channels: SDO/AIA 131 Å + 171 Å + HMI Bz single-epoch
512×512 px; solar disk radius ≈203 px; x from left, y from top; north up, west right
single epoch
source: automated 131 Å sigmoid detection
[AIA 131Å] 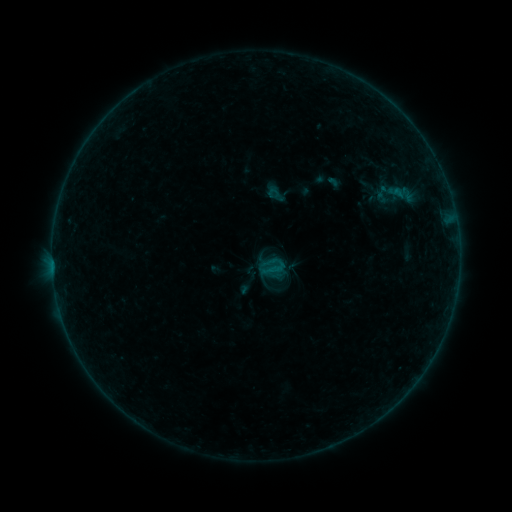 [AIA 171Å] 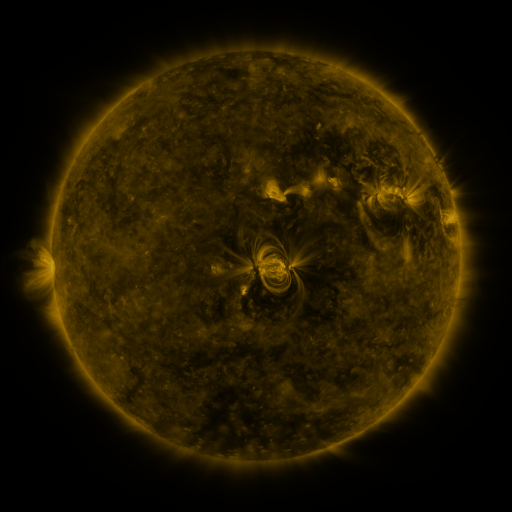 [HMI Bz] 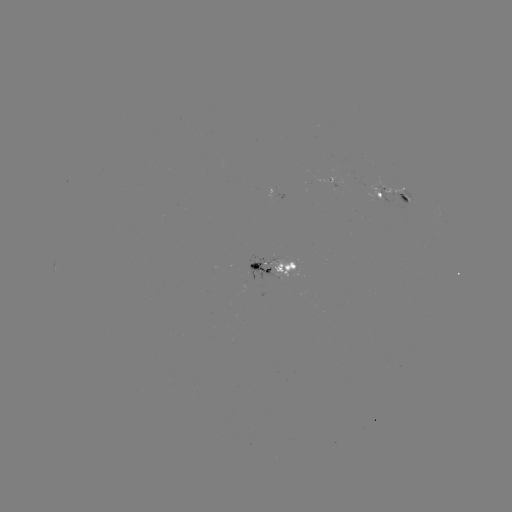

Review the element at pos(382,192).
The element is sigmoid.